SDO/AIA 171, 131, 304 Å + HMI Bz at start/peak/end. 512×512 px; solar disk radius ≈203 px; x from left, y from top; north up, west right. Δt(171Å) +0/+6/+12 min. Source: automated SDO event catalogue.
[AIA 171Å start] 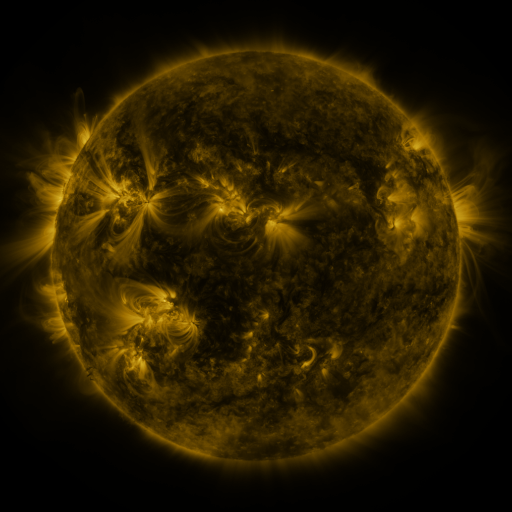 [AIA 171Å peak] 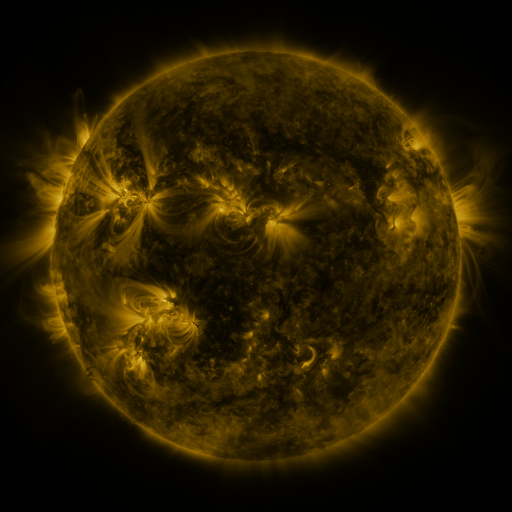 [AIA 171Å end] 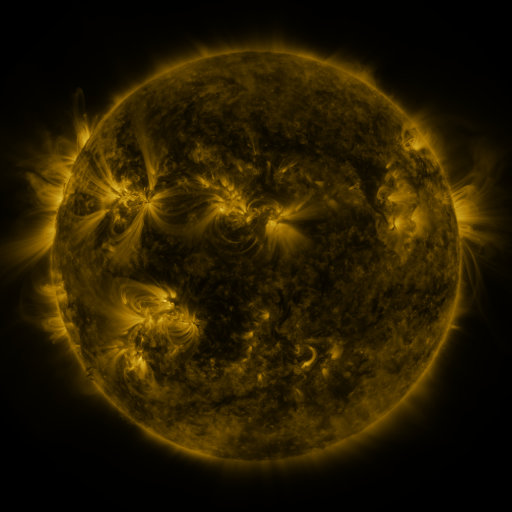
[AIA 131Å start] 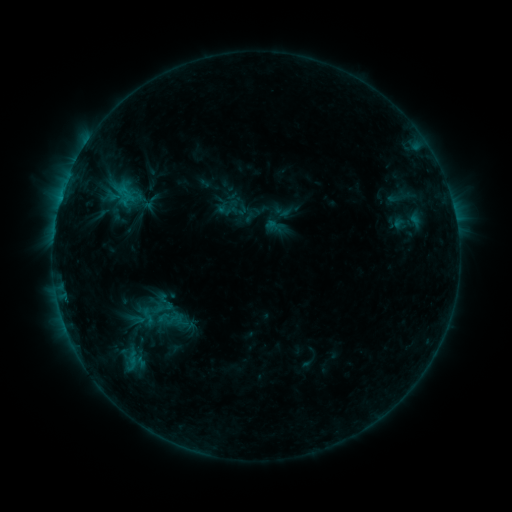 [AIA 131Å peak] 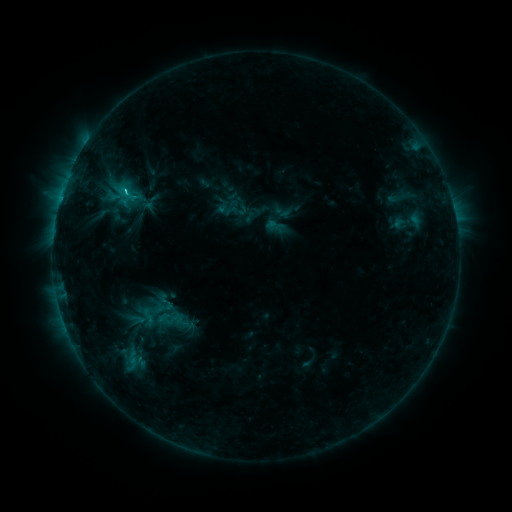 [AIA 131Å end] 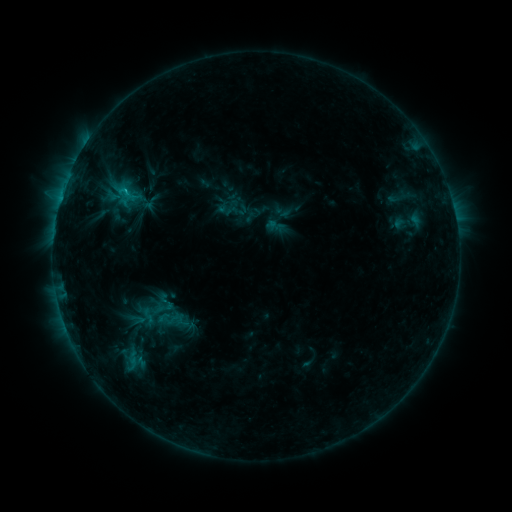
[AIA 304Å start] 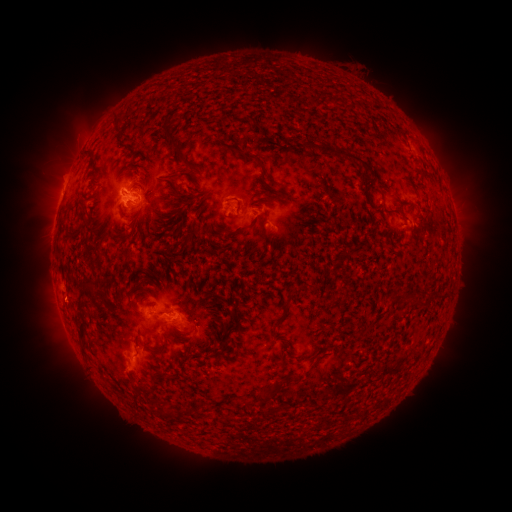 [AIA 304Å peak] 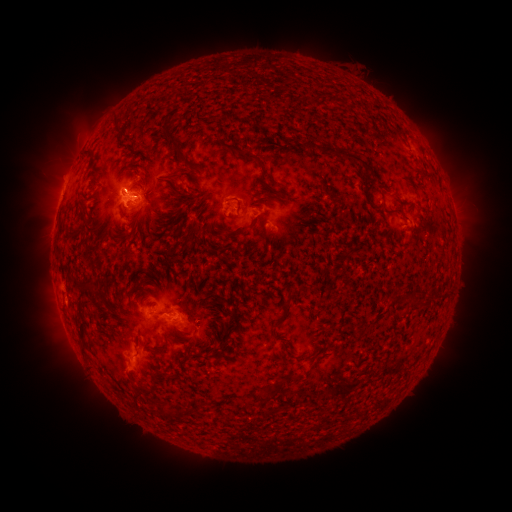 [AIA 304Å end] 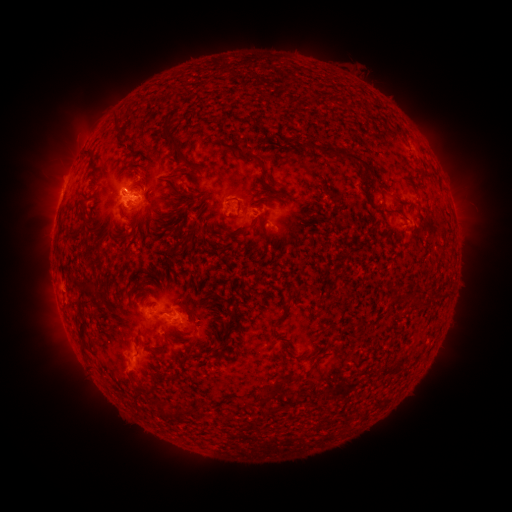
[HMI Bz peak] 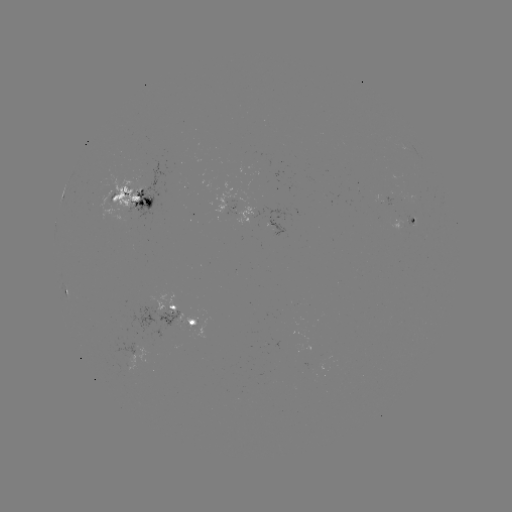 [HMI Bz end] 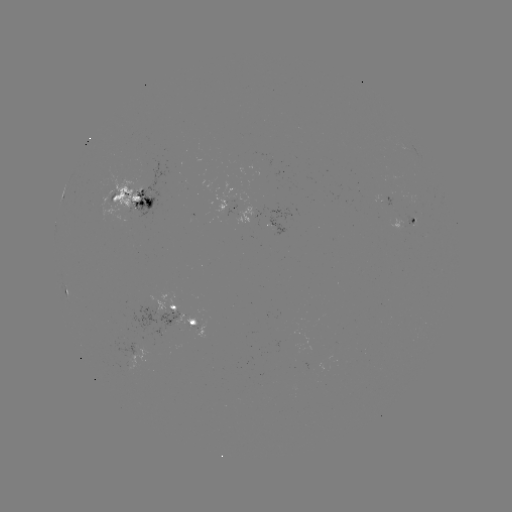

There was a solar flare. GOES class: C1.3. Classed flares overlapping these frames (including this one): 1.